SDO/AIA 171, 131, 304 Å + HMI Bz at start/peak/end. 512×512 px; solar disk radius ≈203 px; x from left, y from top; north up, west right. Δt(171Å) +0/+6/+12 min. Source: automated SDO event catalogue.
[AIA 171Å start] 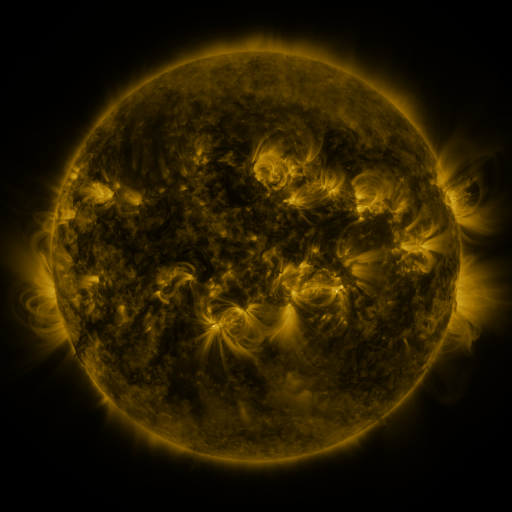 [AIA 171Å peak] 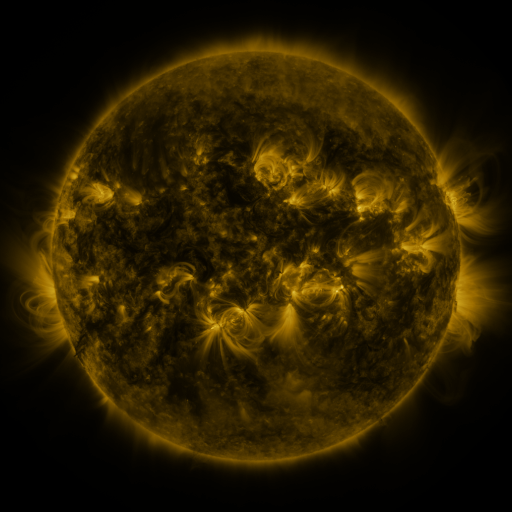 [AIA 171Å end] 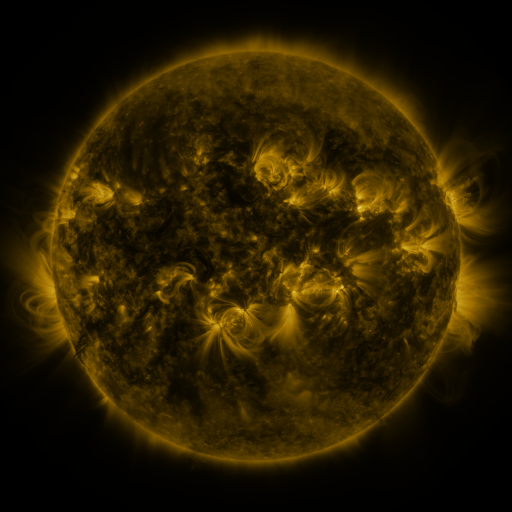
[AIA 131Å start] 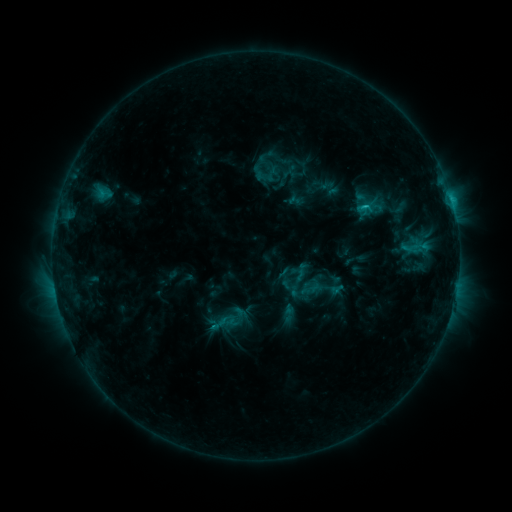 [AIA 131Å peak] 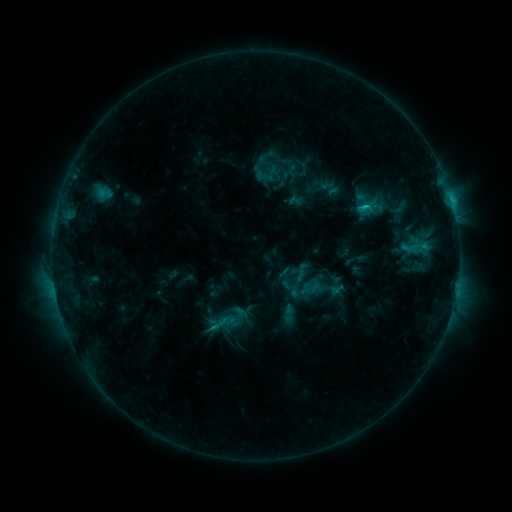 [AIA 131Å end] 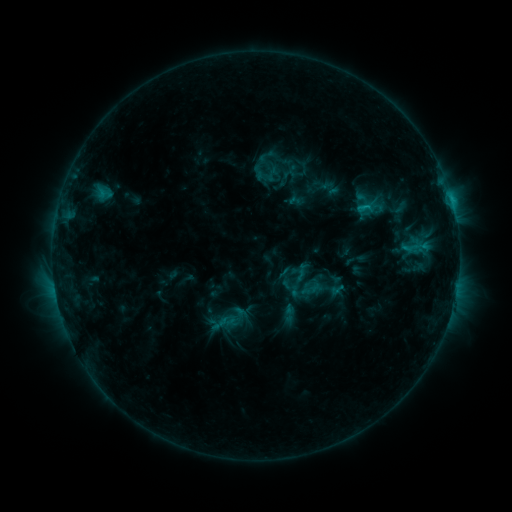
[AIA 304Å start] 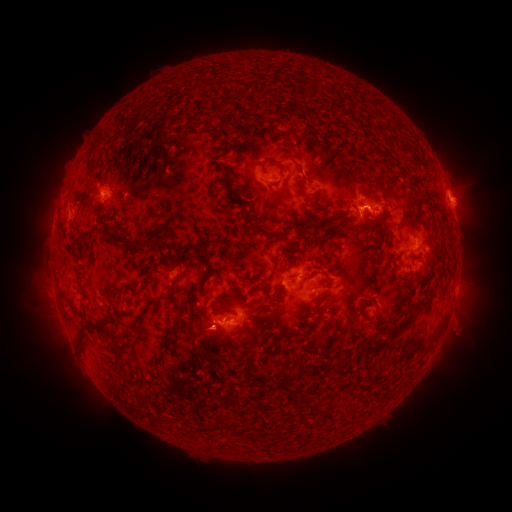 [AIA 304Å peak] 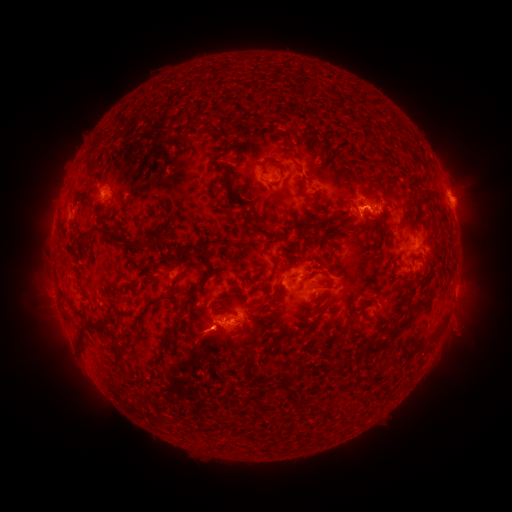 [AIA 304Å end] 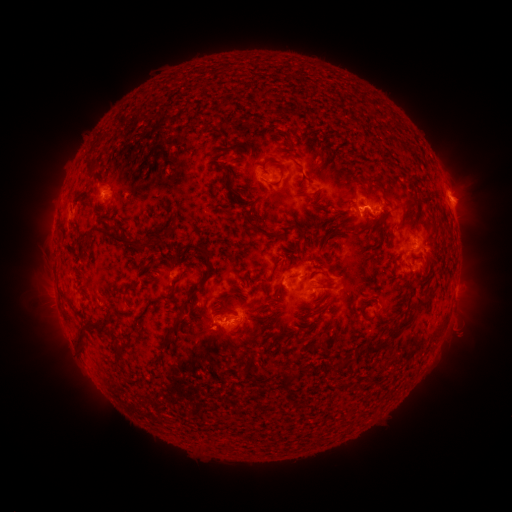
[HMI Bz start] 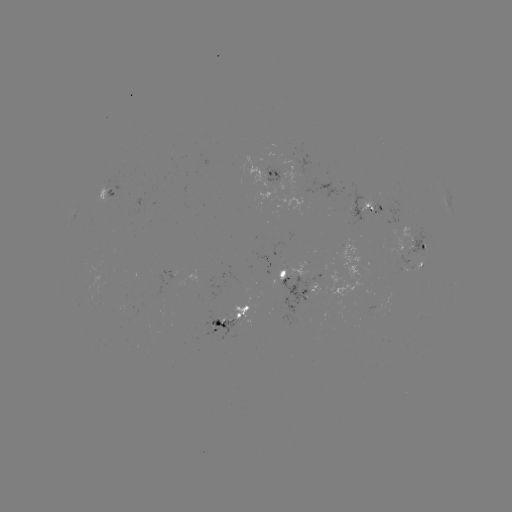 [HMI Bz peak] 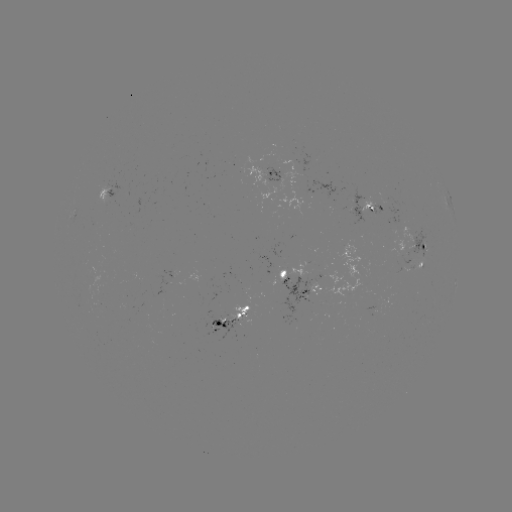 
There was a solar flare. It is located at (363, 209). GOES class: C1.4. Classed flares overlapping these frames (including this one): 1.